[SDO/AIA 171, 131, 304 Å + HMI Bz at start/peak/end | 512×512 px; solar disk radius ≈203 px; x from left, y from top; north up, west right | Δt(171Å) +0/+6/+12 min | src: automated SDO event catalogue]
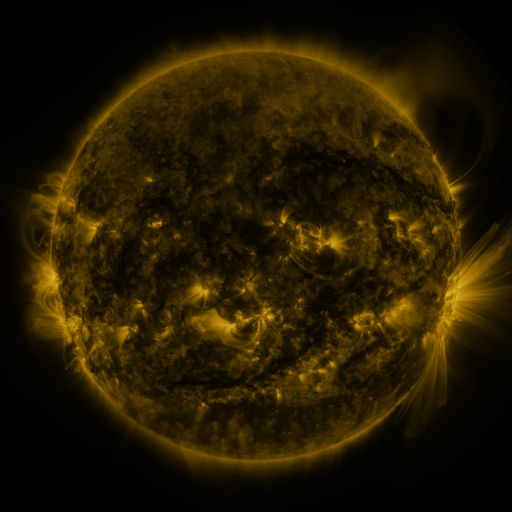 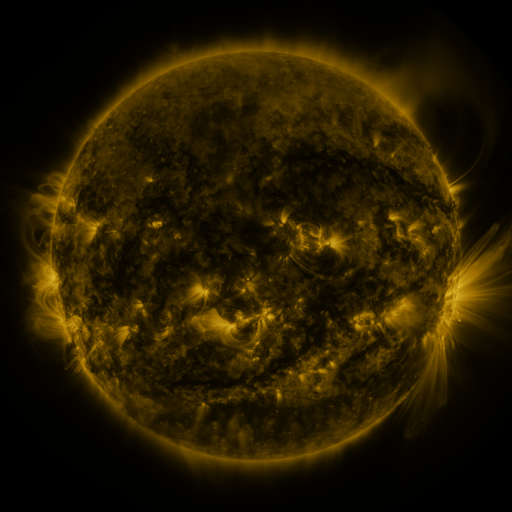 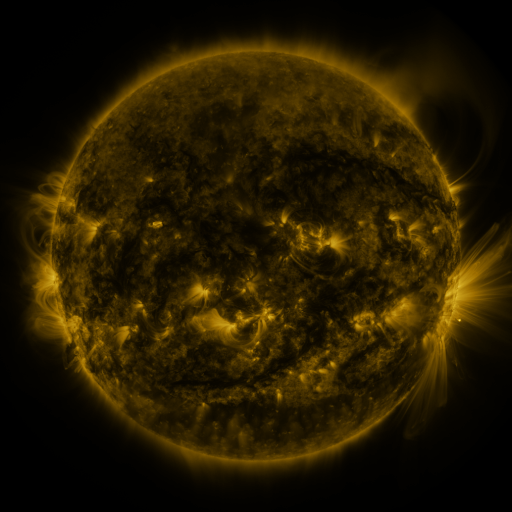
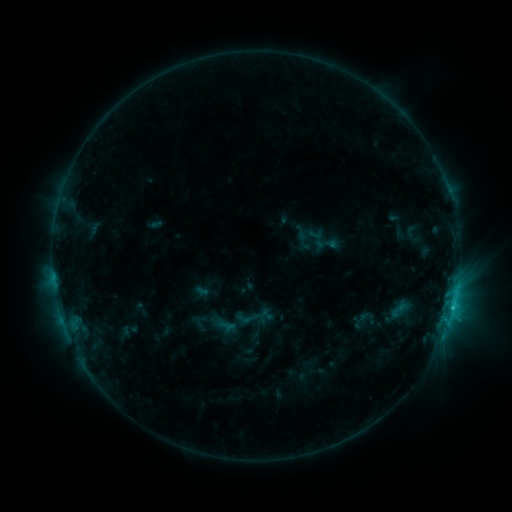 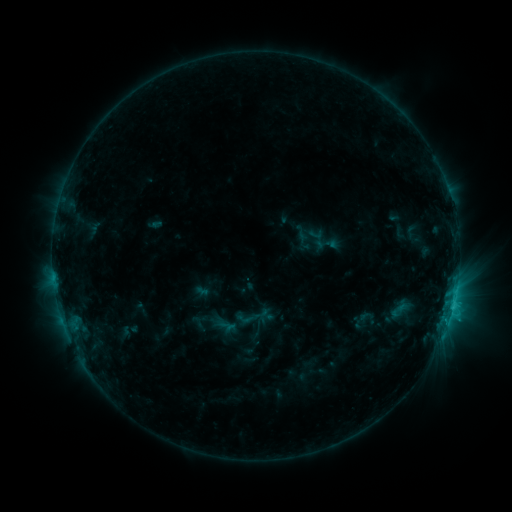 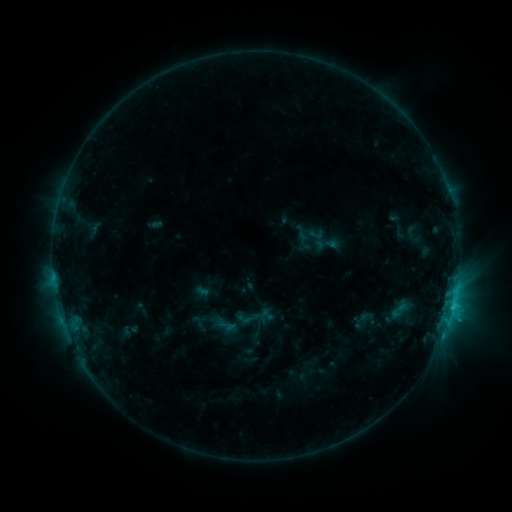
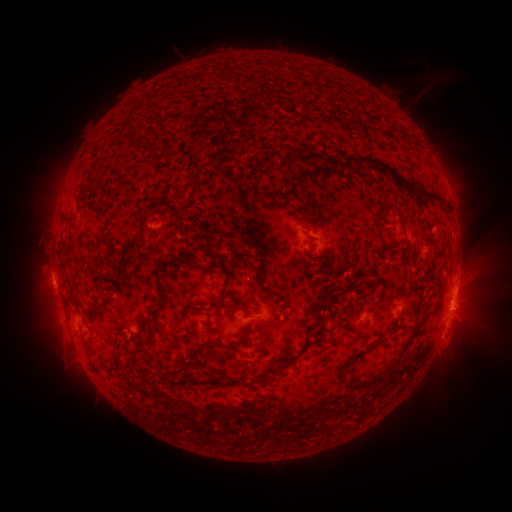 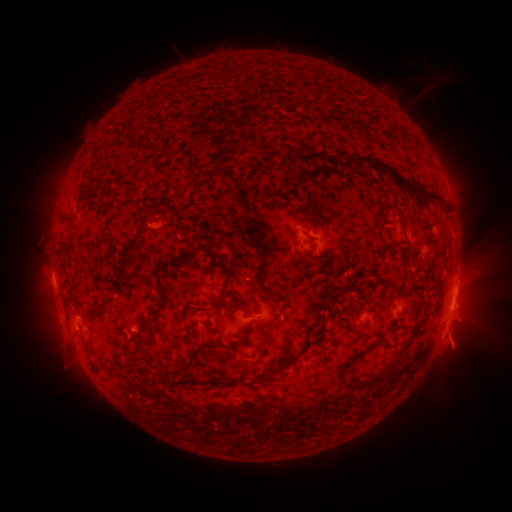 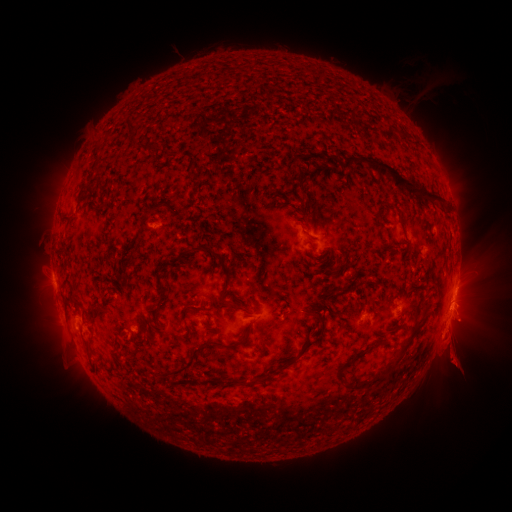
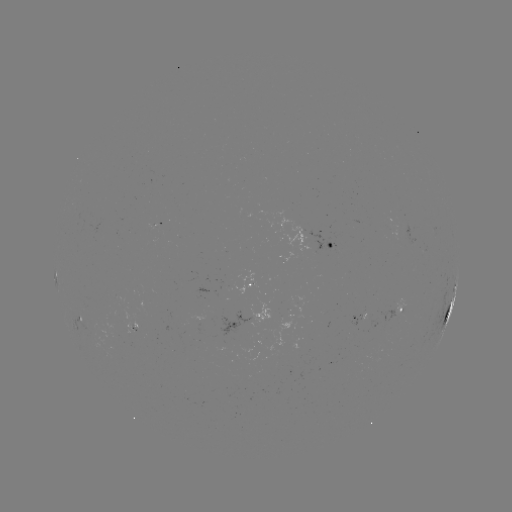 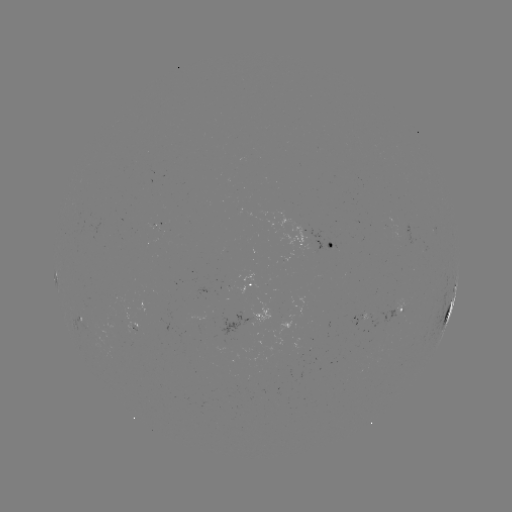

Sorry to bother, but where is eruption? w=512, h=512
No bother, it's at (455, 328).